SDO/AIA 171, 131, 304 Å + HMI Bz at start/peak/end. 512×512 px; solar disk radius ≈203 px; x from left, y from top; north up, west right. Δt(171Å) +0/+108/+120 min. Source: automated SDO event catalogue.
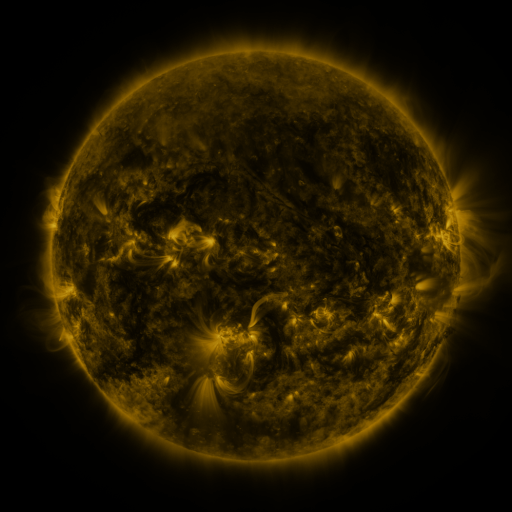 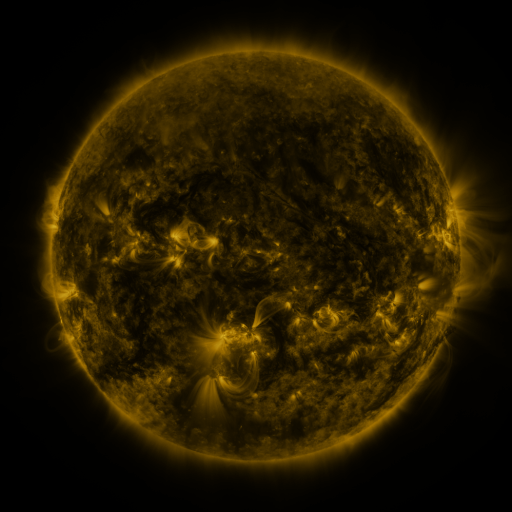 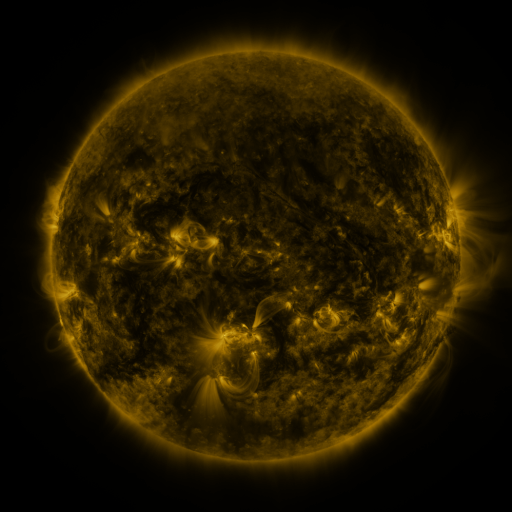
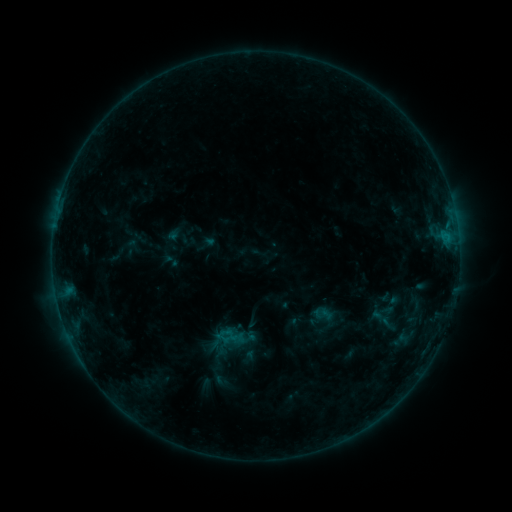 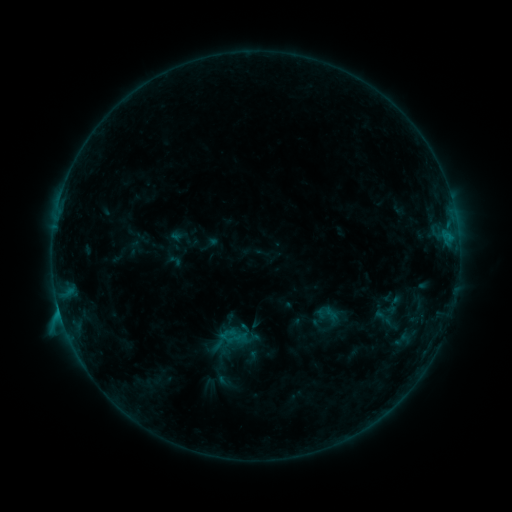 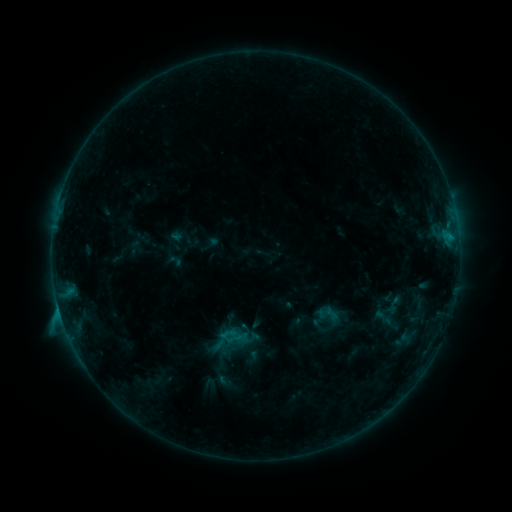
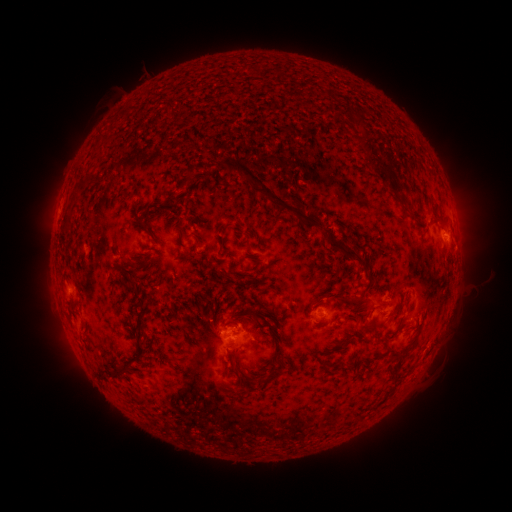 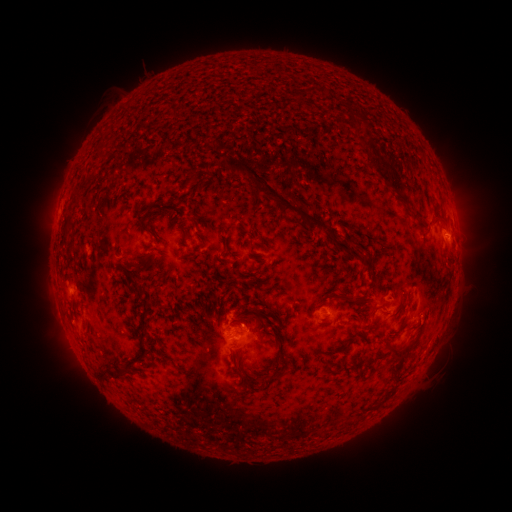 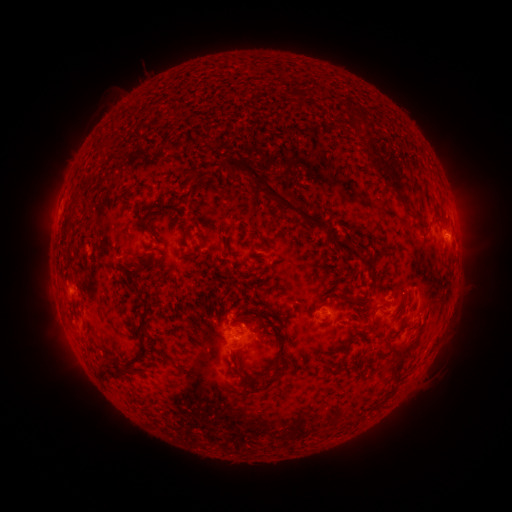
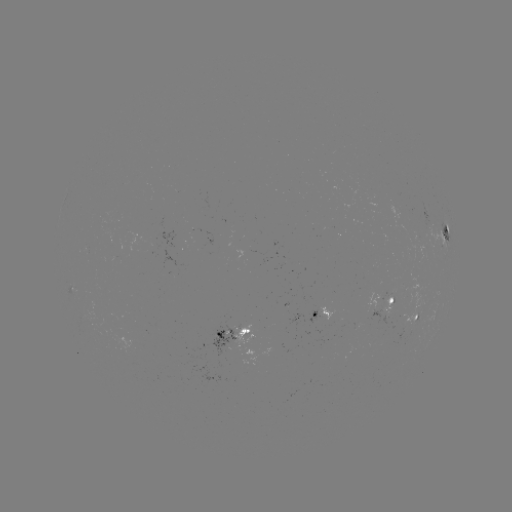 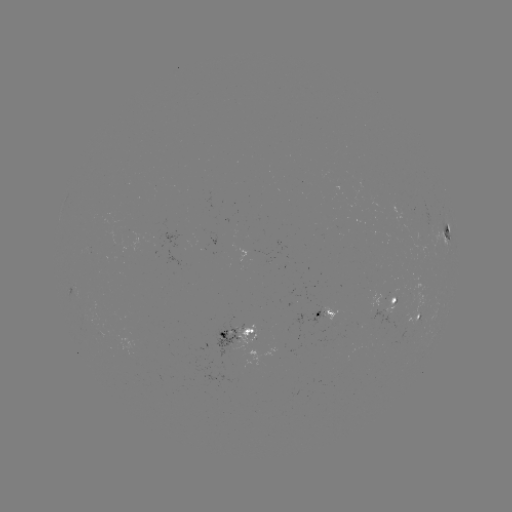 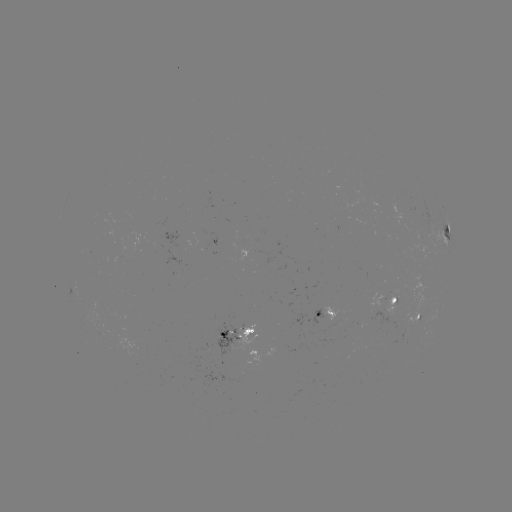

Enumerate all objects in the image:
emerging-flux region: (329, 320)
